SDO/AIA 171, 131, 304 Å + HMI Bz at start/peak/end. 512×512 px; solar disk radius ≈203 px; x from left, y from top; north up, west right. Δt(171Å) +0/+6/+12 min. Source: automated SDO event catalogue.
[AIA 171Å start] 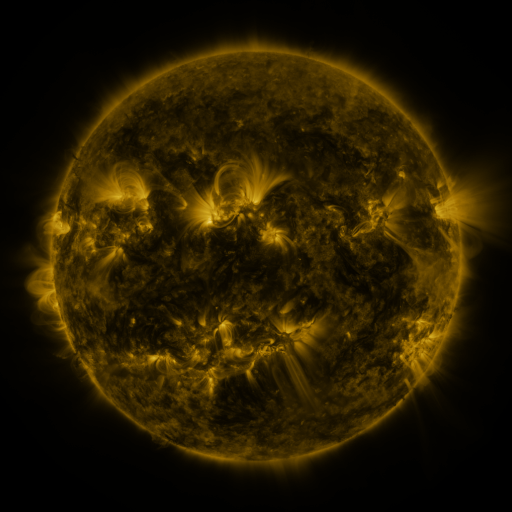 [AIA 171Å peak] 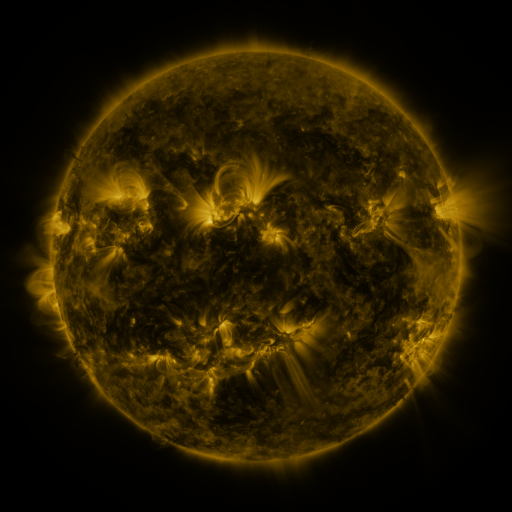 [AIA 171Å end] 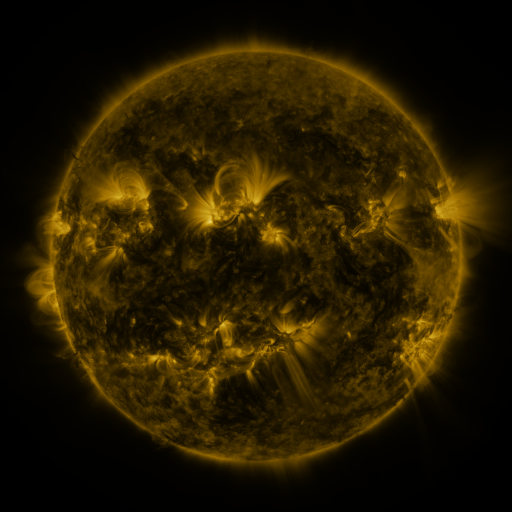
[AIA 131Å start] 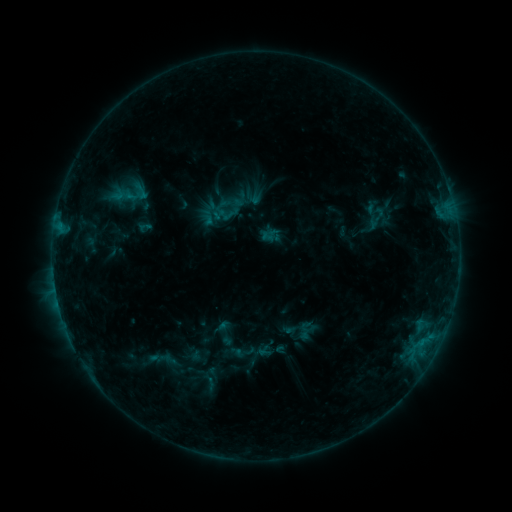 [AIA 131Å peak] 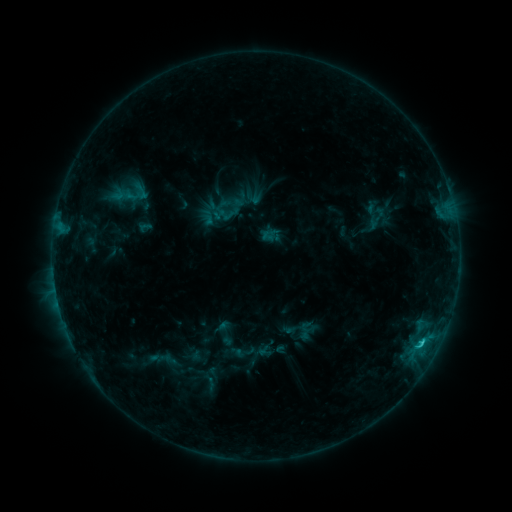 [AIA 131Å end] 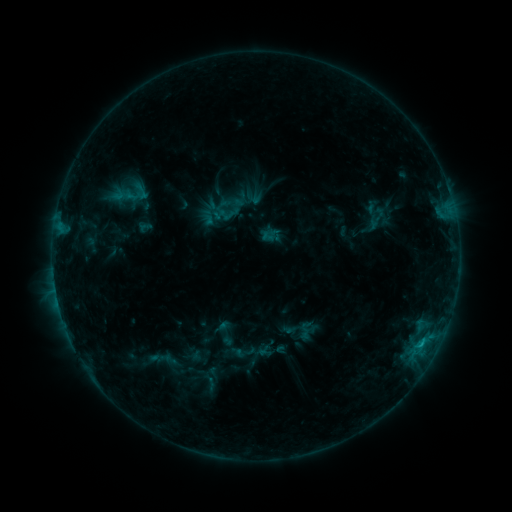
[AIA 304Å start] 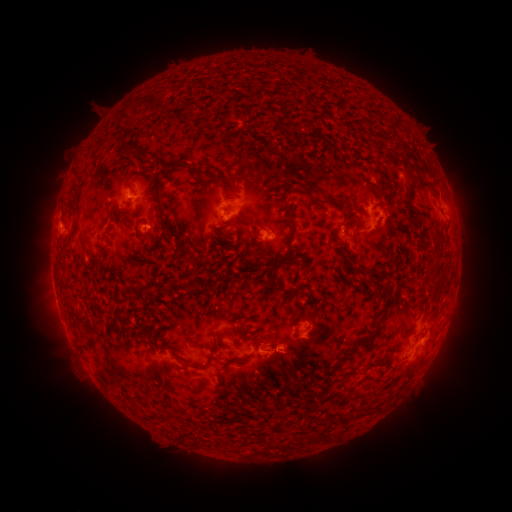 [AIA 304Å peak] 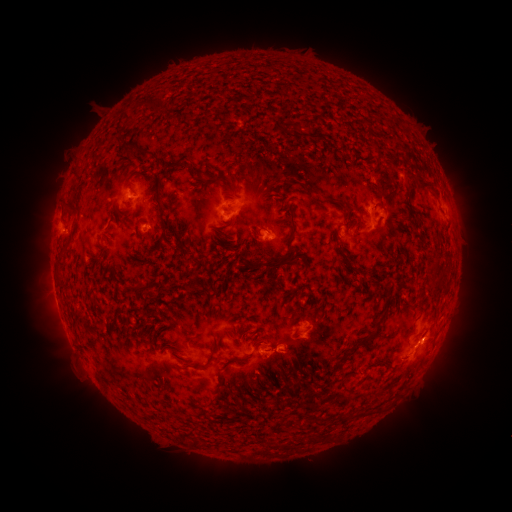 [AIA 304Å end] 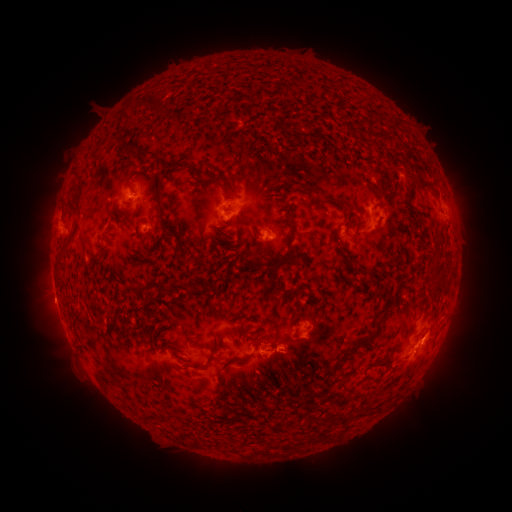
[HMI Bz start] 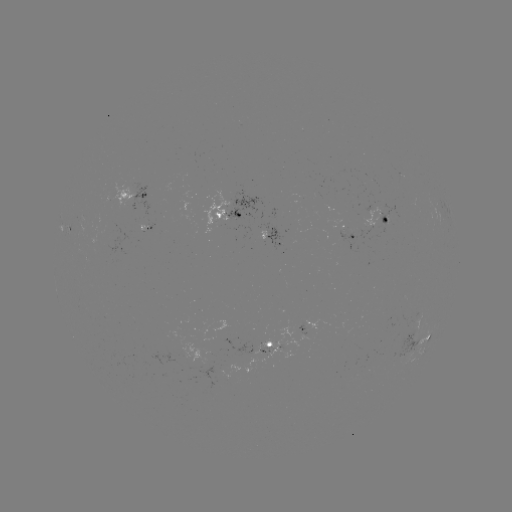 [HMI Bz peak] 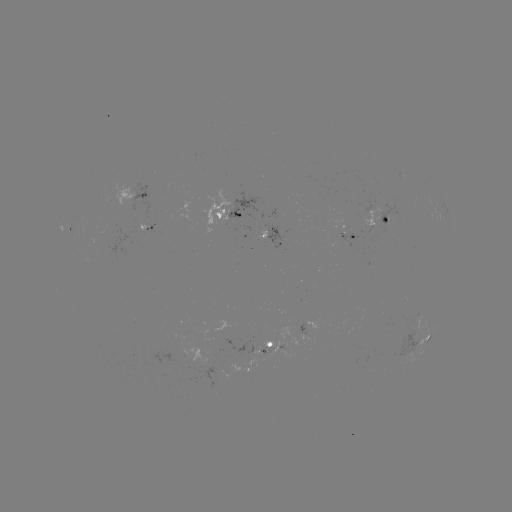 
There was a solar flare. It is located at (421, 342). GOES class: C1.0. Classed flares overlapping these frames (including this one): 1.